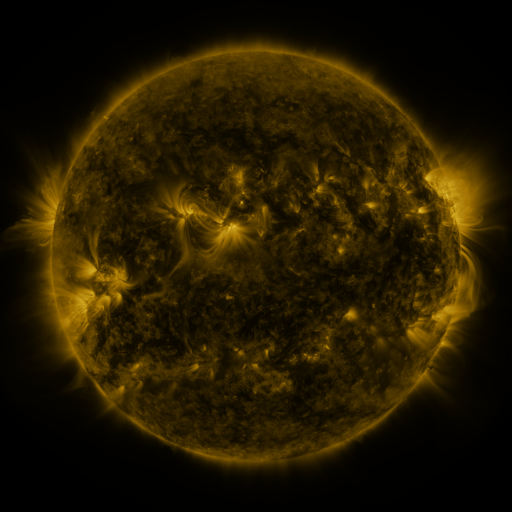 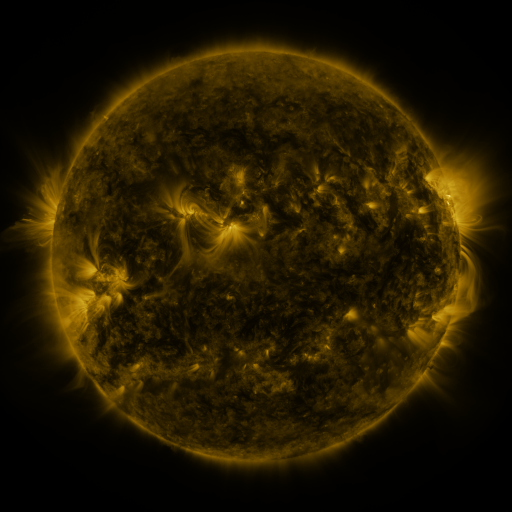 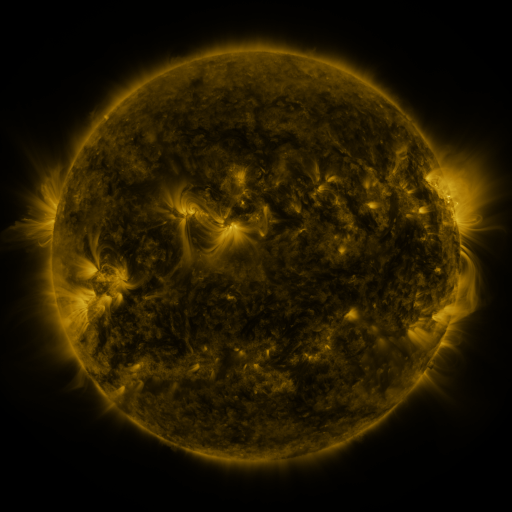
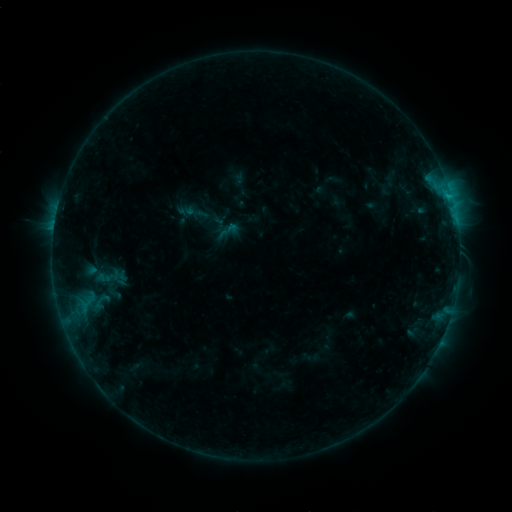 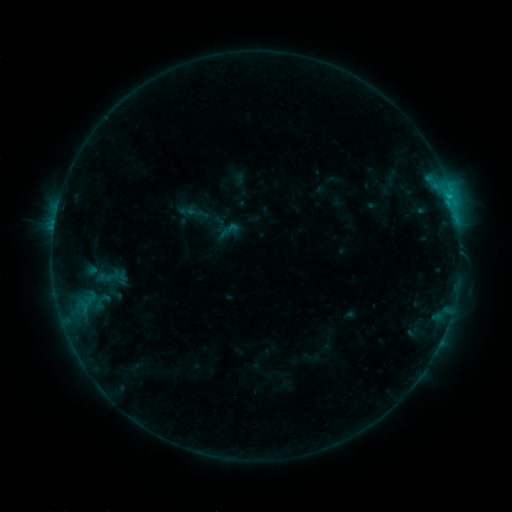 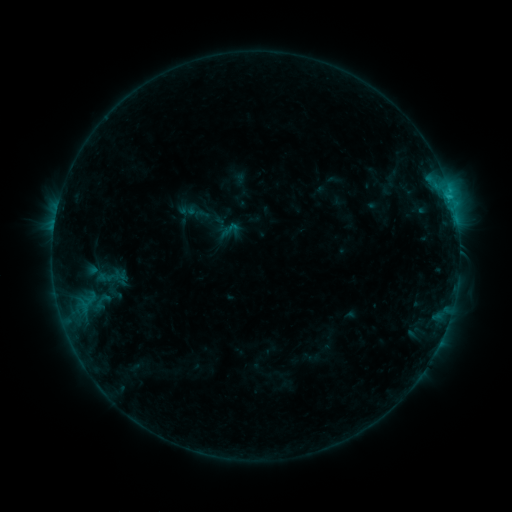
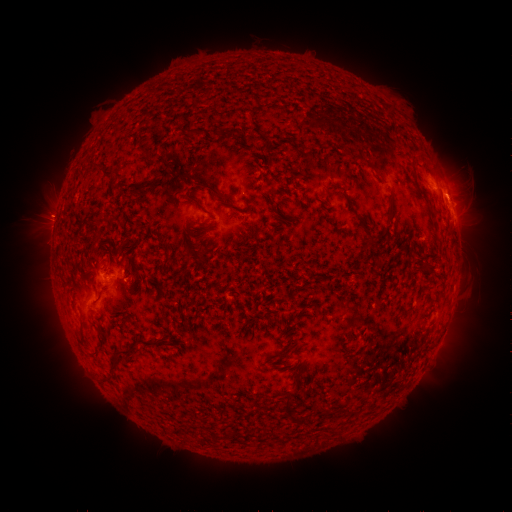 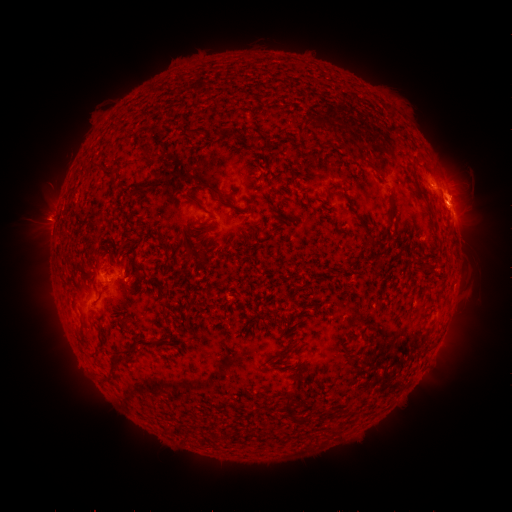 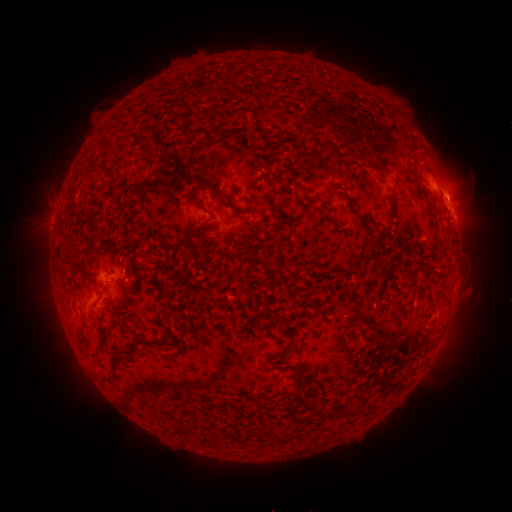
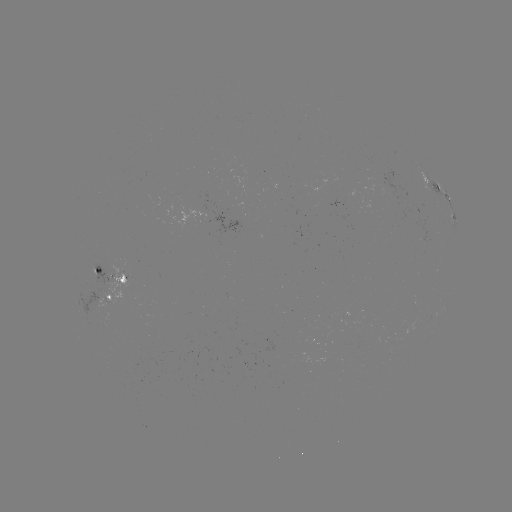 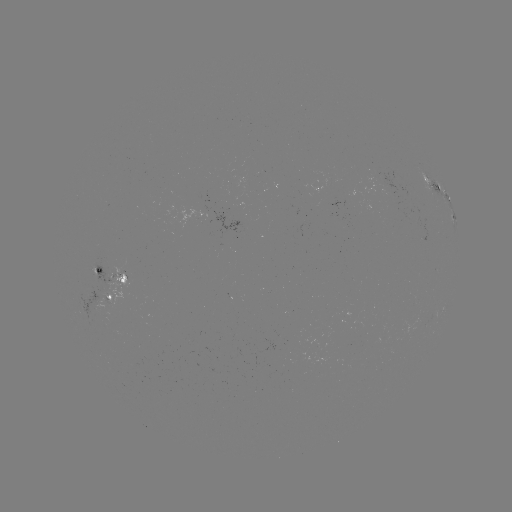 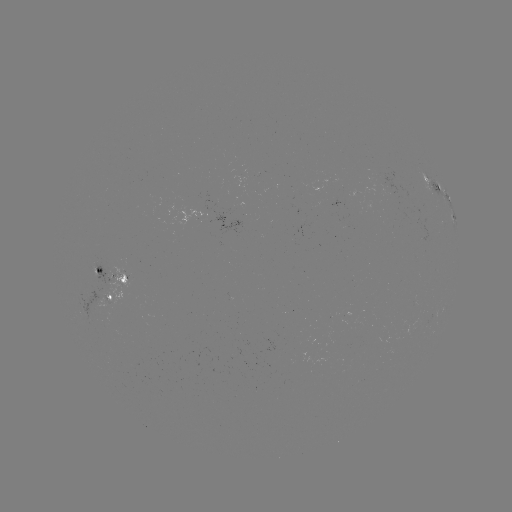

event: flare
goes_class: C1.3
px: (450, 196)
